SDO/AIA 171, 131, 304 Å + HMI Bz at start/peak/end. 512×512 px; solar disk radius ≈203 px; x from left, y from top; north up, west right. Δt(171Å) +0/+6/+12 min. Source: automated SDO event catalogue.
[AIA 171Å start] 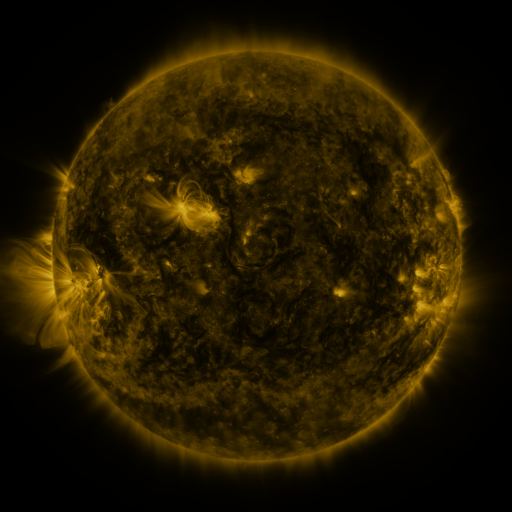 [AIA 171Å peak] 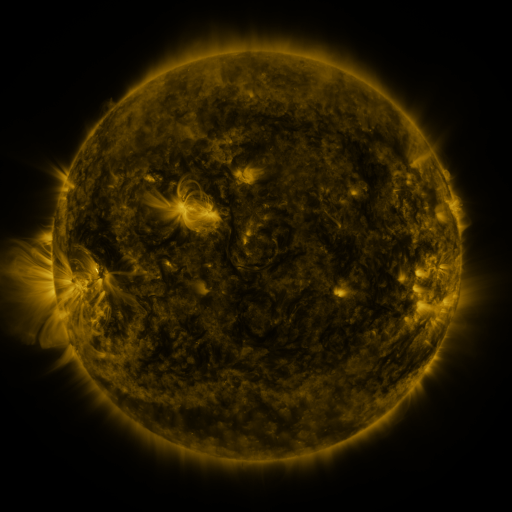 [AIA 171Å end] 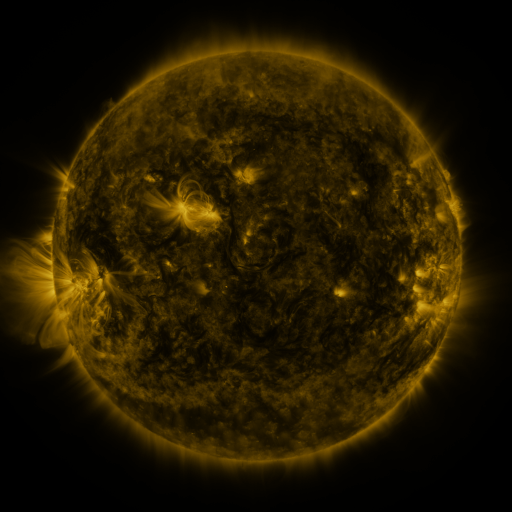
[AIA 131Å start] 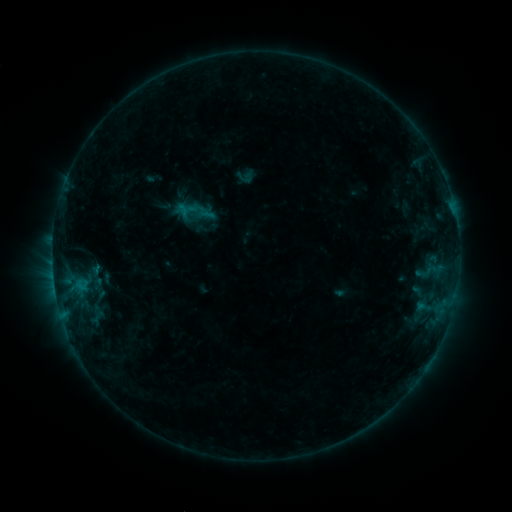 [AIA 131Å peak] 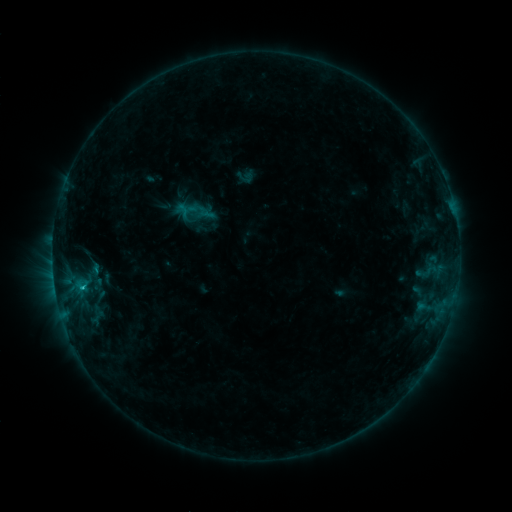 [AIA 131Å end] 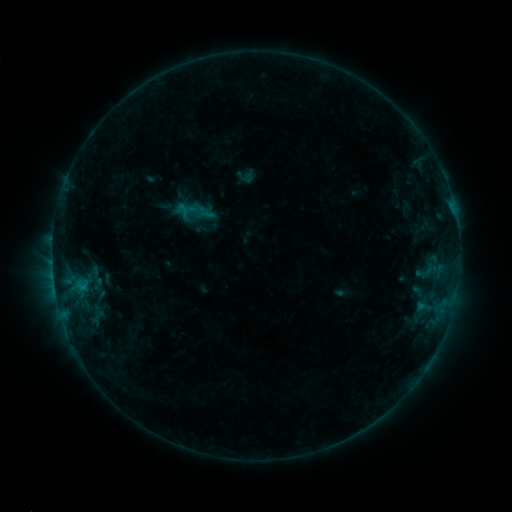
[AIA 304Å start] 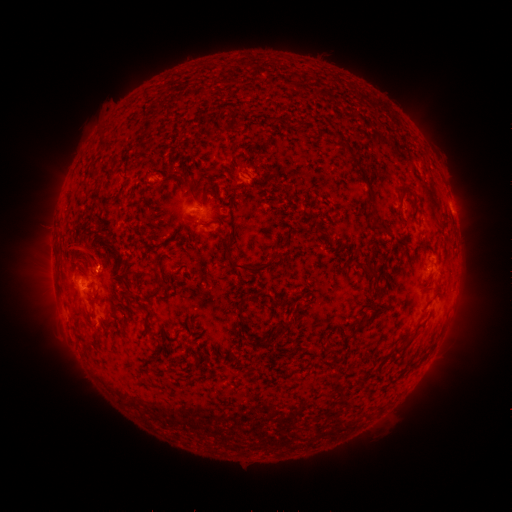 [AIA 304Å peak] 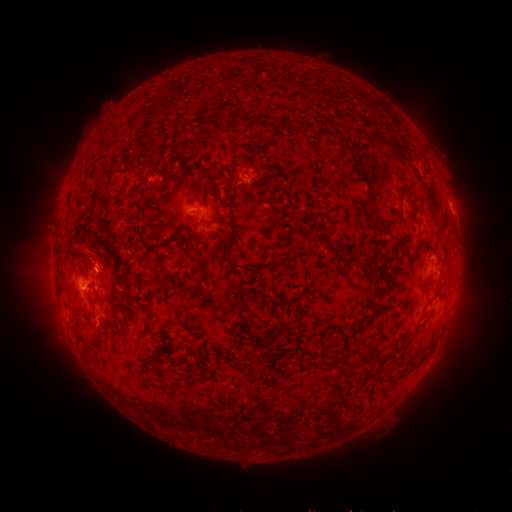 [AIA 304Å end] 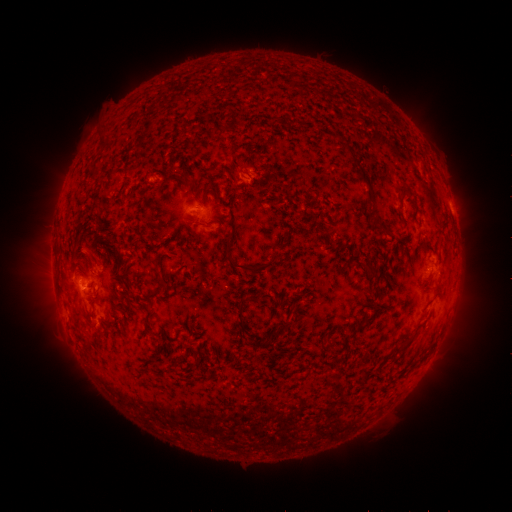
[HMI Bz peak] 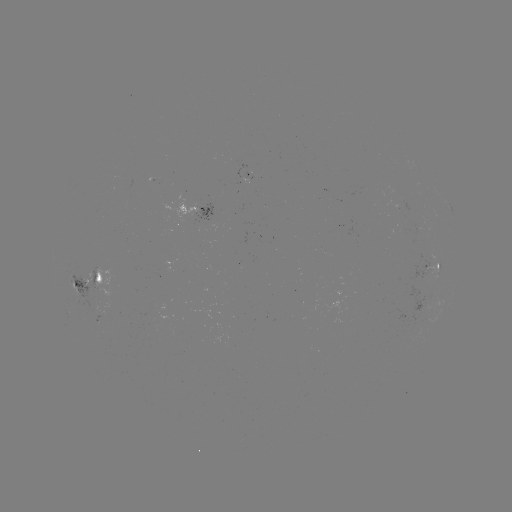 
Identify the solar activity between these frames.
B6.7 flare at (84, 285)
